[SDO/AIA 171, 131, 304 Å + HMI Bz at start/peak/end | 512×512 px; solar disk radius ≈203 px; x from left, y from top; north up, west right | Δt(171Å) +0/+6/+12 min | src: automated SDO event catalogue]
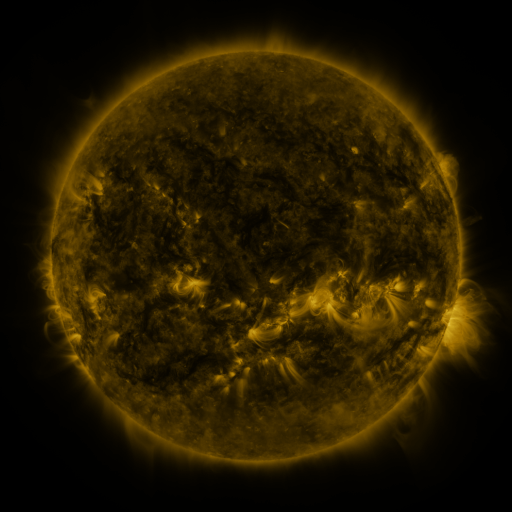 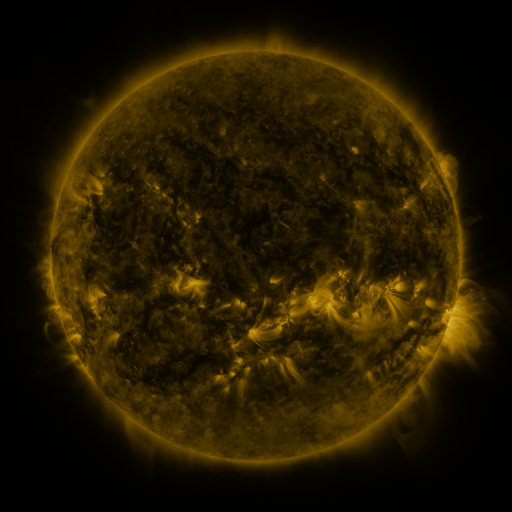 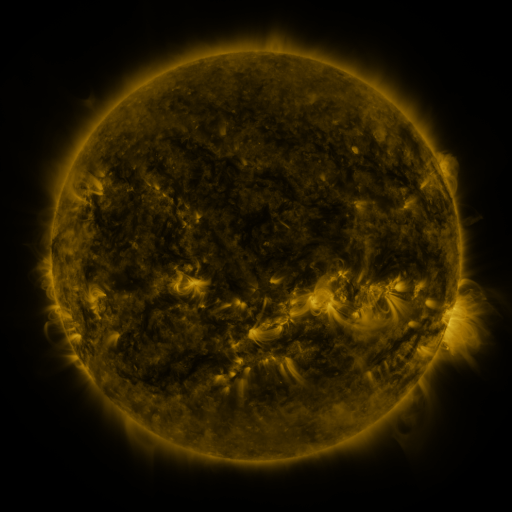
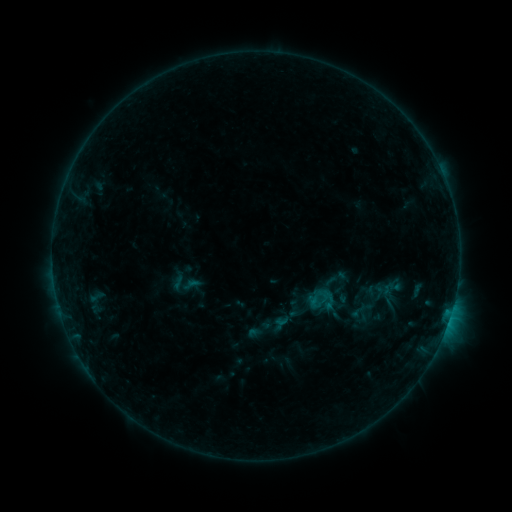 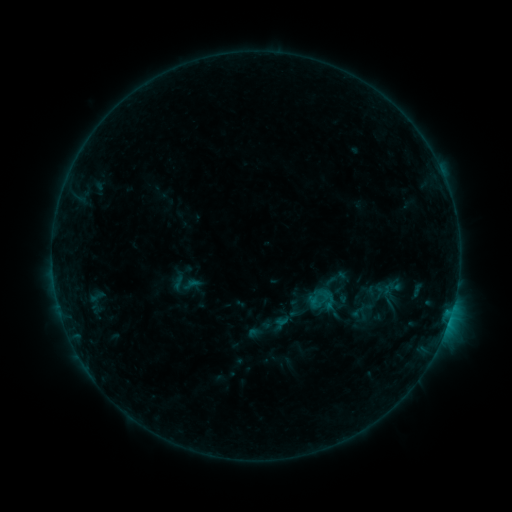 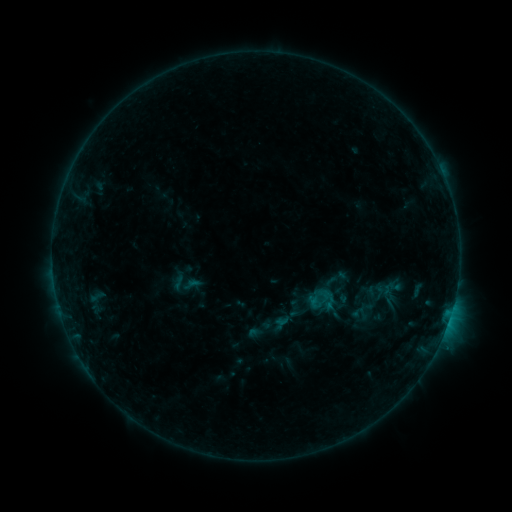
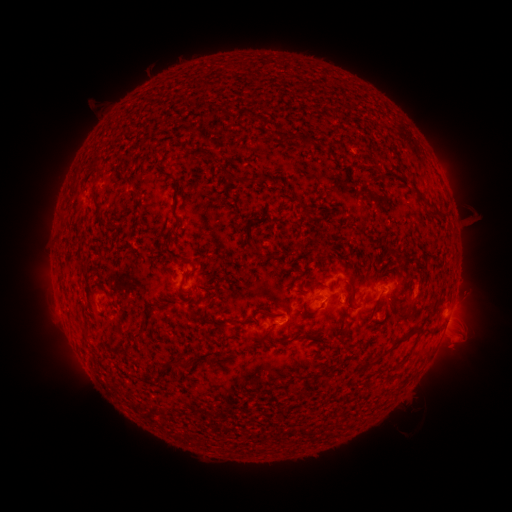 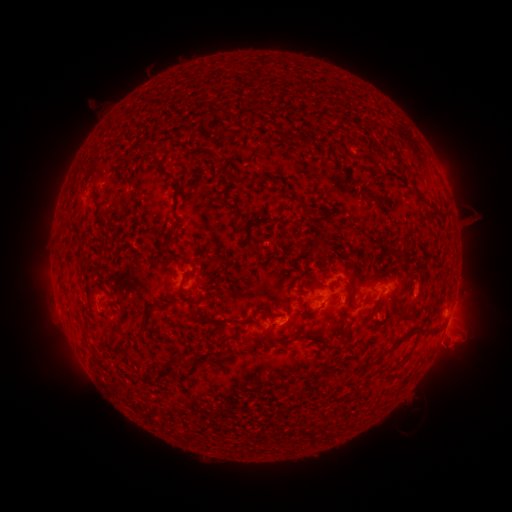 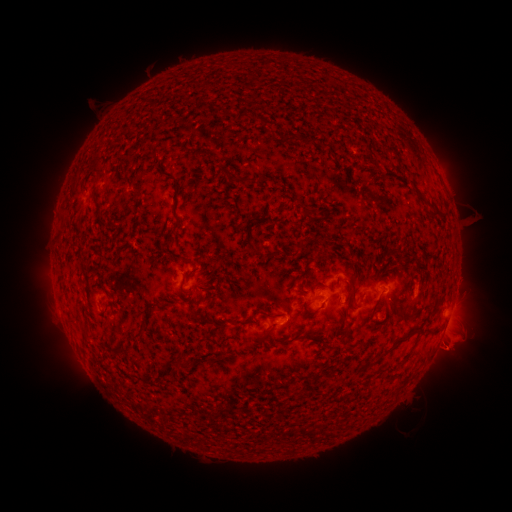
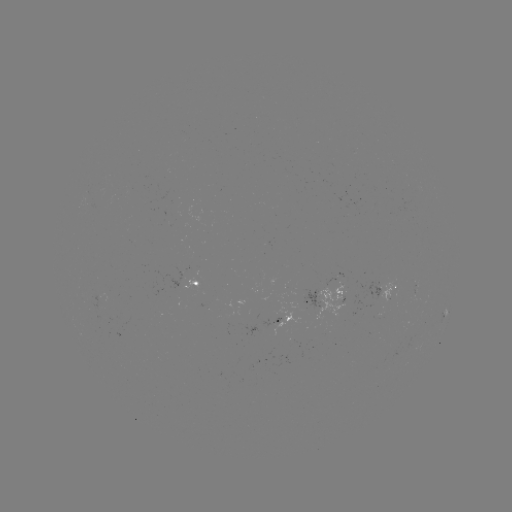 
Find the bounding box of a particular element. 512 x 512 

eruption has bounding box [425, 329, 473, 376].